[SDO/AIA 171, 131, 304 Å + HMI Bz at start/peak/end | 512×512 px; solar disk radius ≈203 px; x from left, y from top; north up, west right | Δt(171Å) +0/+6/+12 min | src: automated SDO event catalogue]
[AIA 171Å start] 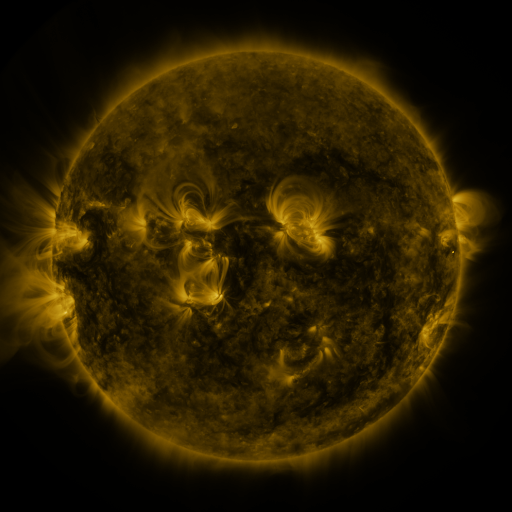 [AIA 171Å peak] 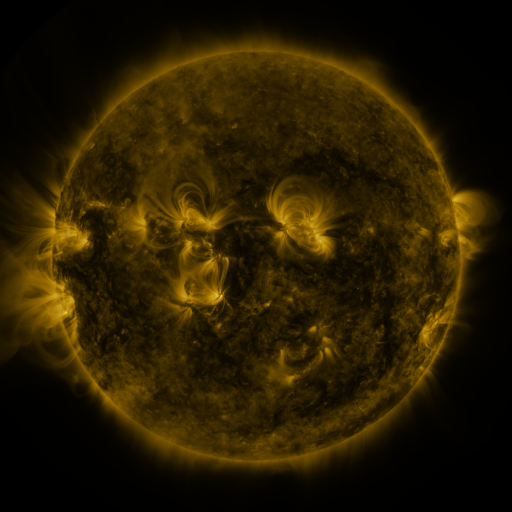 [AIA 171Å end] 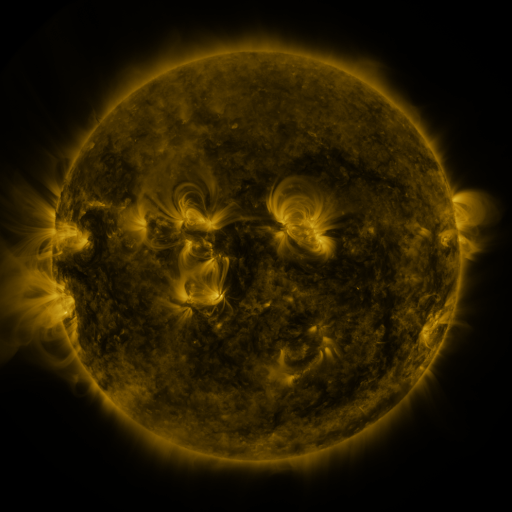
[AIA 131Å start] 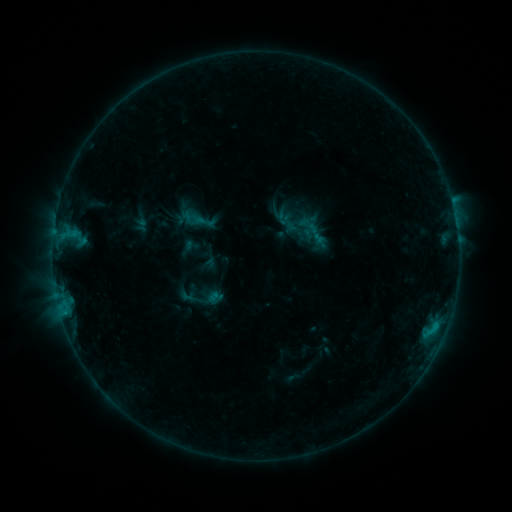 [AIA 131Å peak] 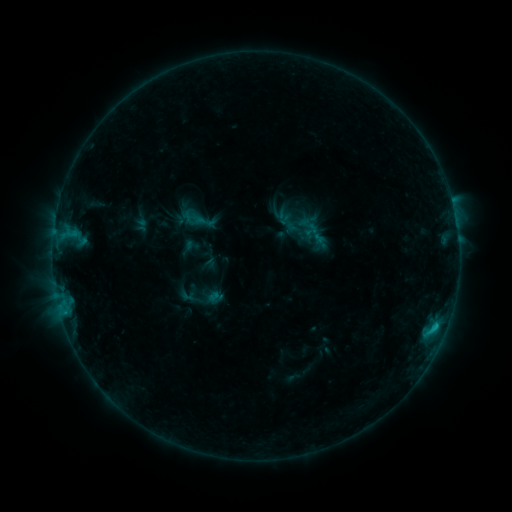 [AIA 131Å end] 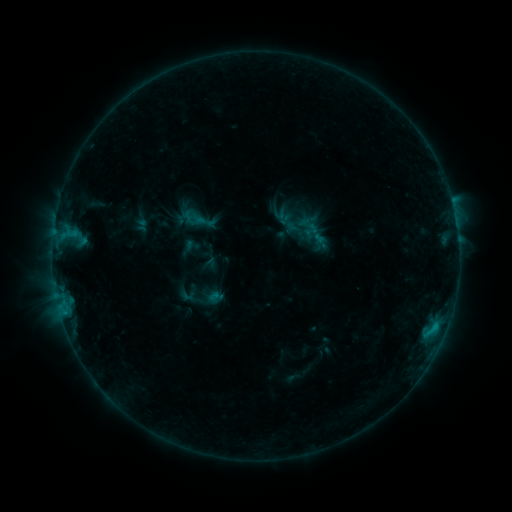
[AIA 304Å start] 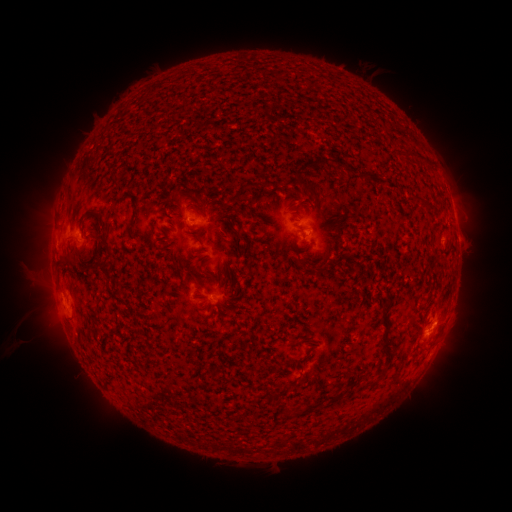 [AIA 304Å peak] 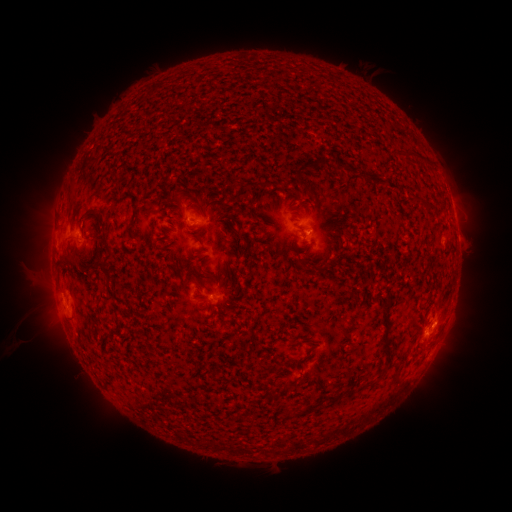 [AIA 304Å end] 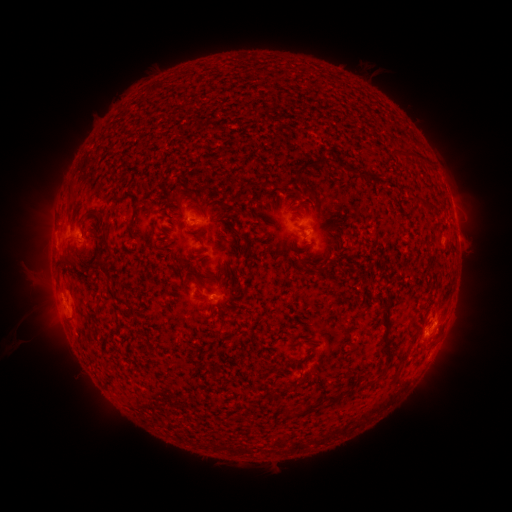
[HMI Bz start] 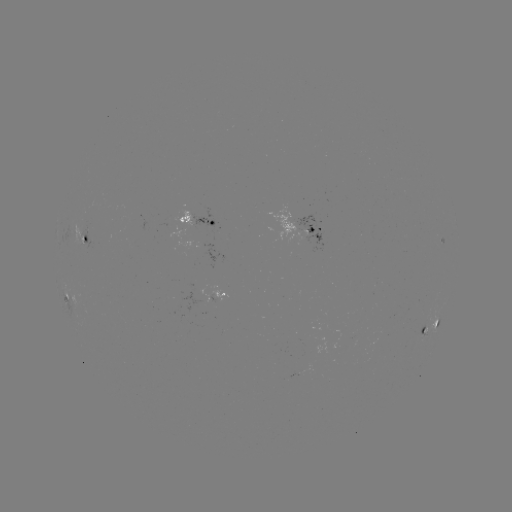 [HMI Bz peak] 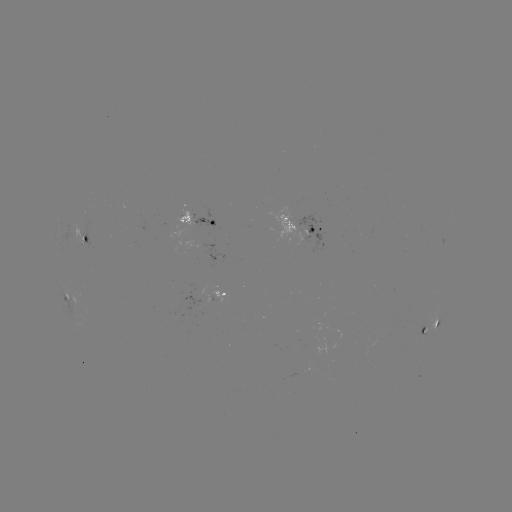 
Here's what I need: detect B8.1 flare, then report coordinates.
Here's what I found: B8.1 flare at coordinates [432, 327].